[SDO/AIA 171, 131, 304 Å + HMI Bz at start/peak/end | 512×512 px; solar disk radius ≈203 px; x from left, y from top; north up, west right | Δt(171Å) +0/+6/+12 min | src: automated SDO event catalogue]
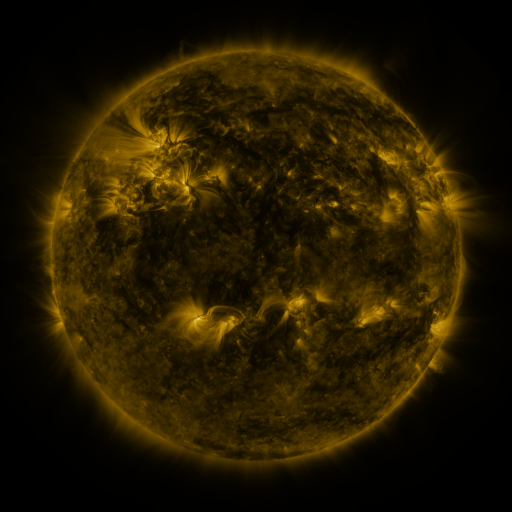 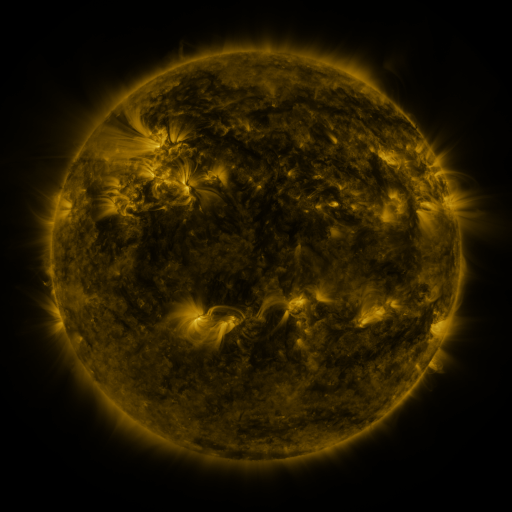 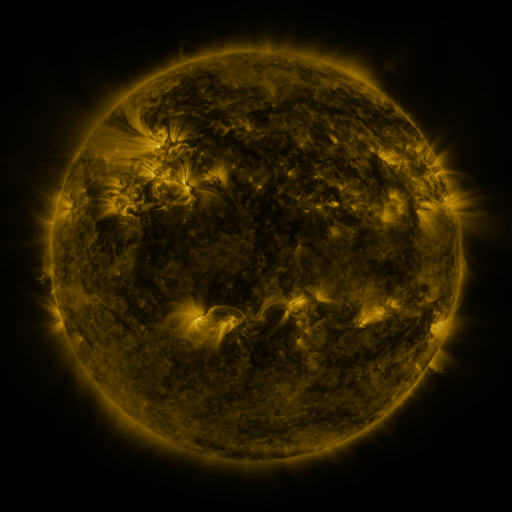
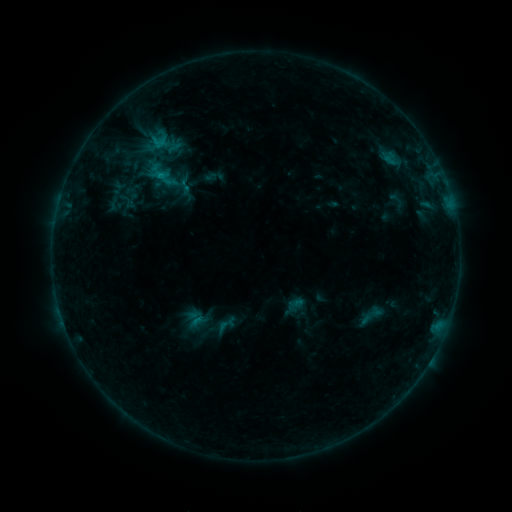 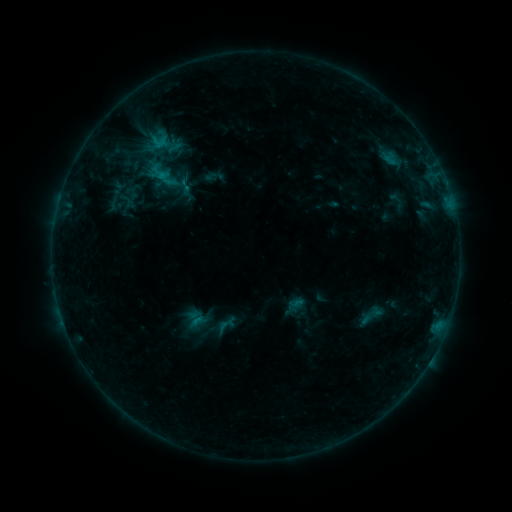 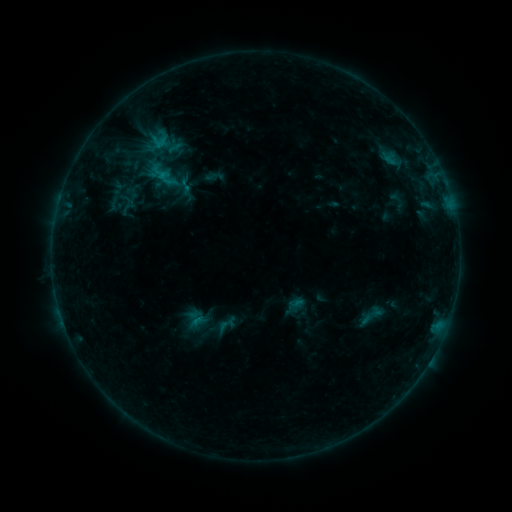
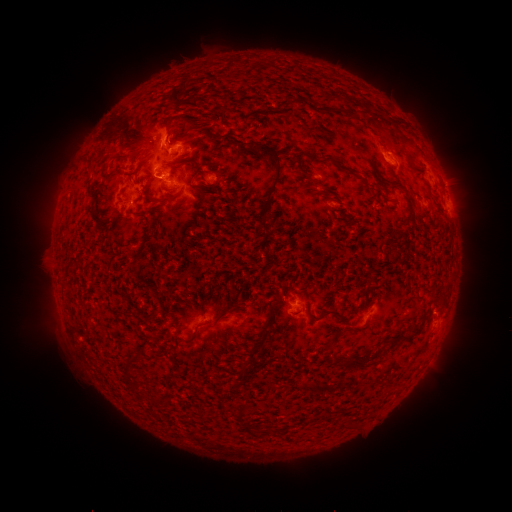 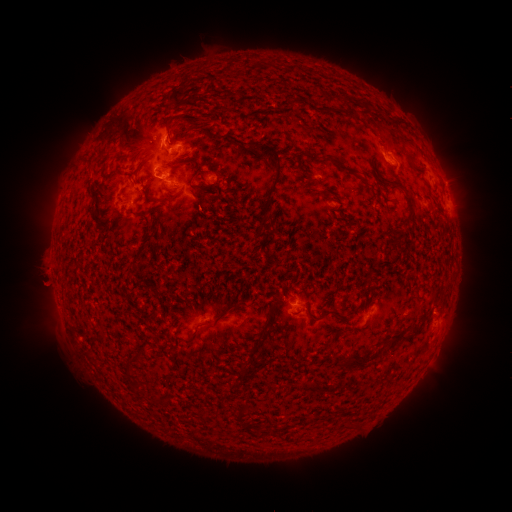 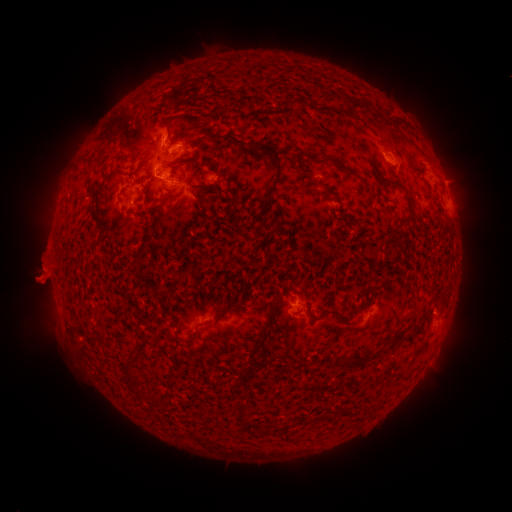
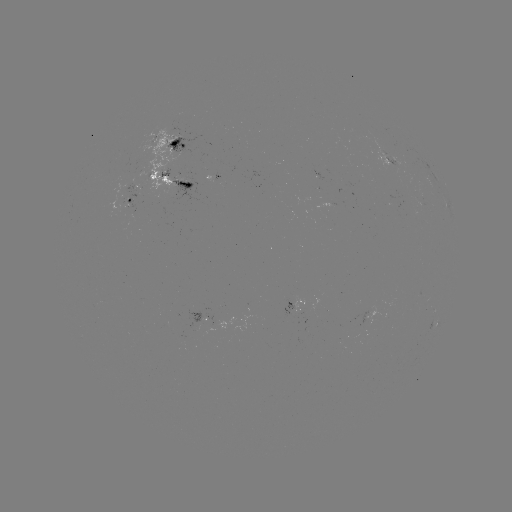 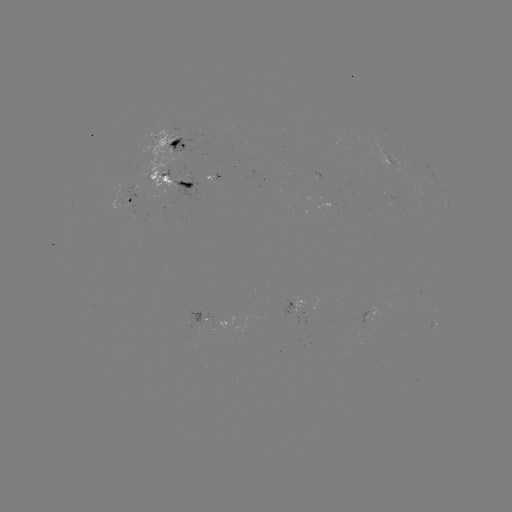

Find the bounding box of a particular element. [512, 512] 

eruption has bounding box [20, 254, 72, 307].